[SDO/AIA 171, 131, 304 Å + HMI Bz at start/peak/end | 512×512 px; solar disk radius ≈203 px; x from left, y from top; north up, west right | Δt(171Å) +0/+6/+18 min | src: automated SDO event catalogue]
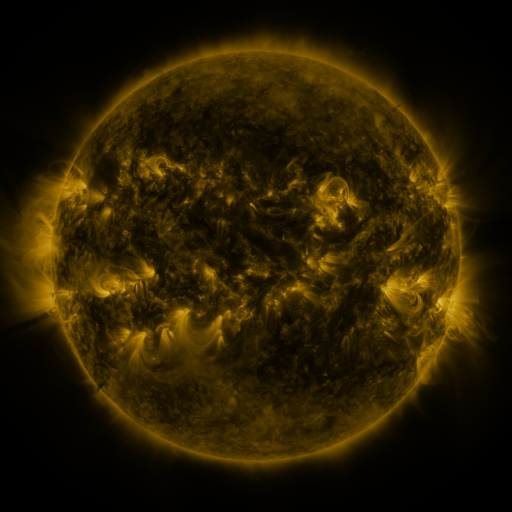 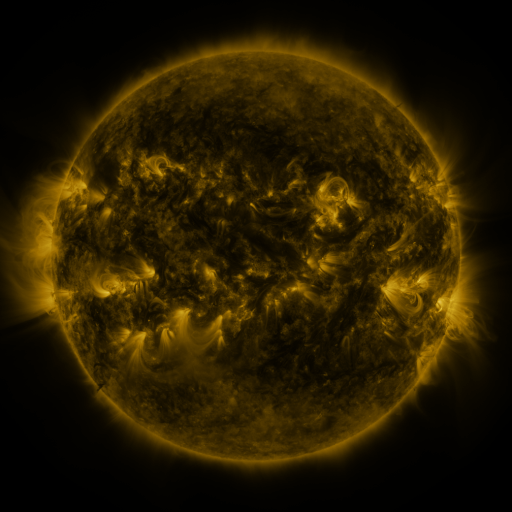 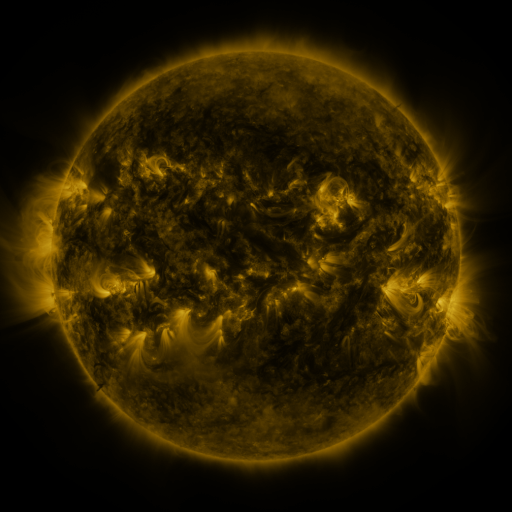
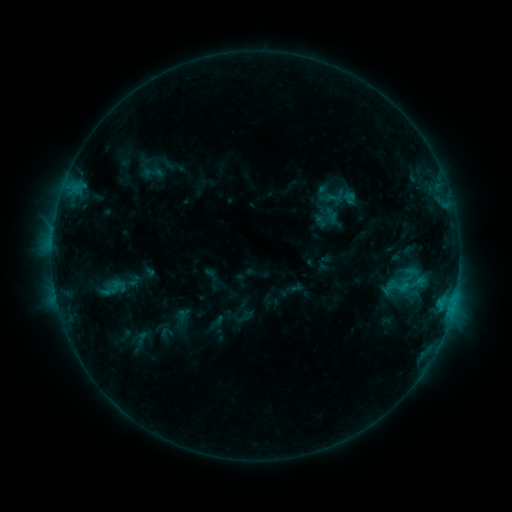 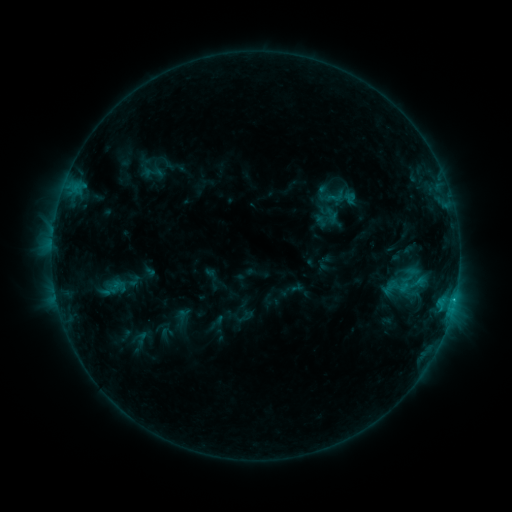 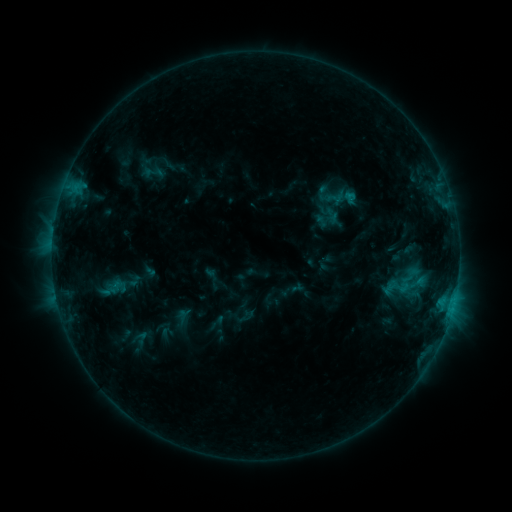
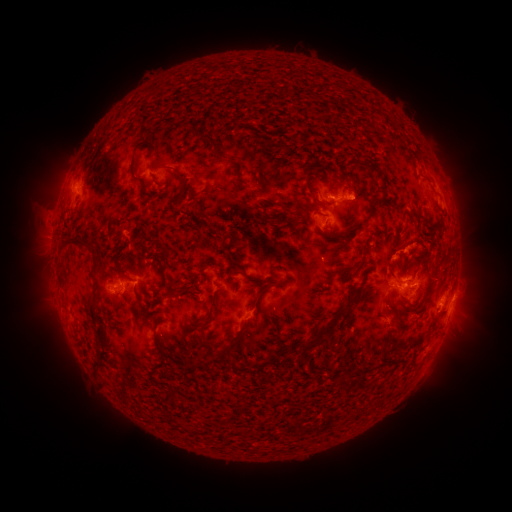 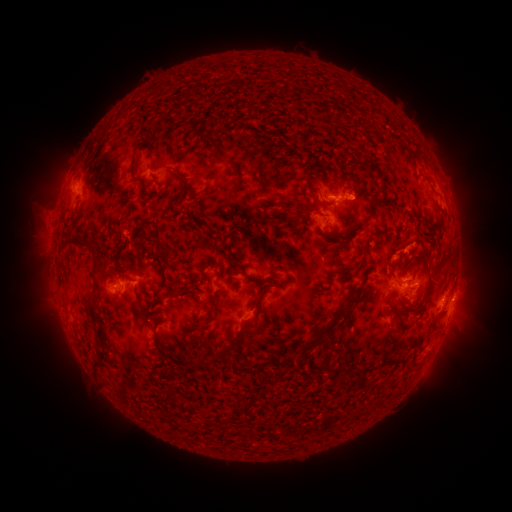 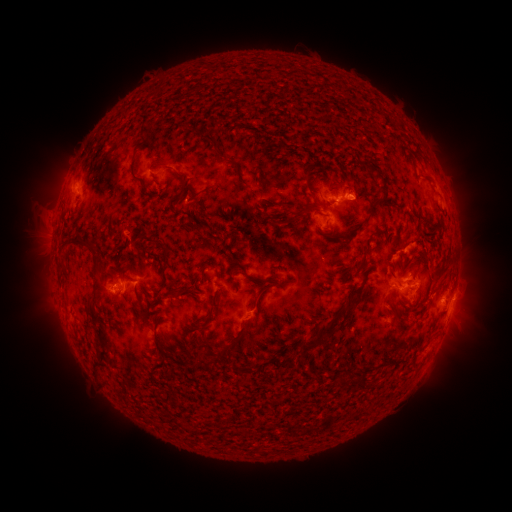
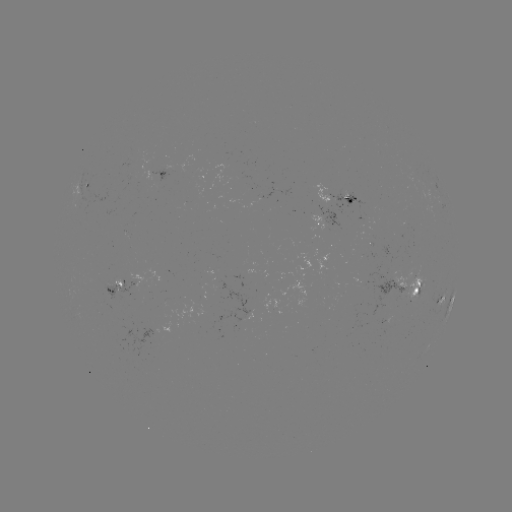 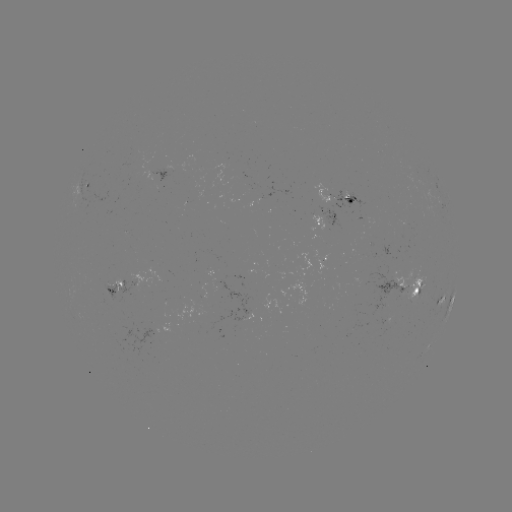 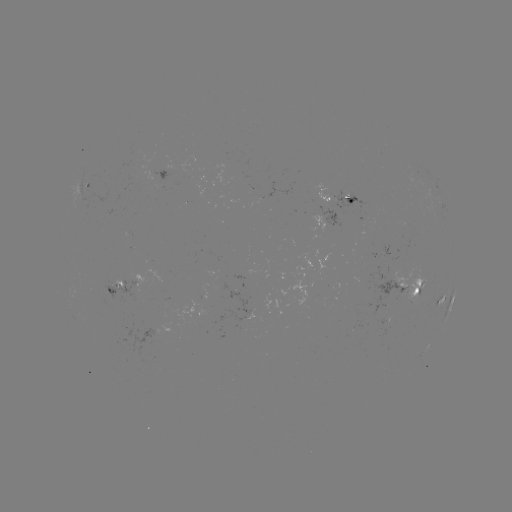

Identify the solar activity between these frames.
eruption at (443, 276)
